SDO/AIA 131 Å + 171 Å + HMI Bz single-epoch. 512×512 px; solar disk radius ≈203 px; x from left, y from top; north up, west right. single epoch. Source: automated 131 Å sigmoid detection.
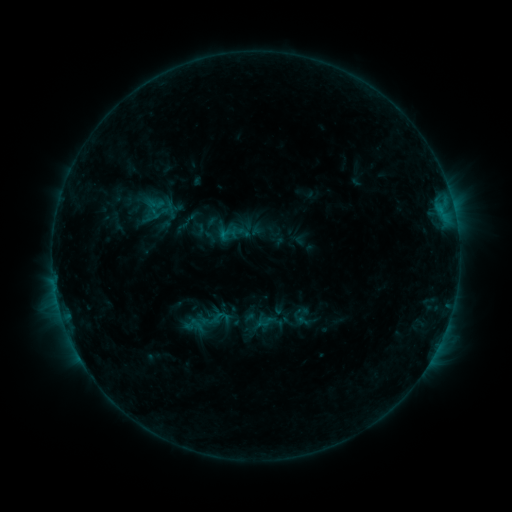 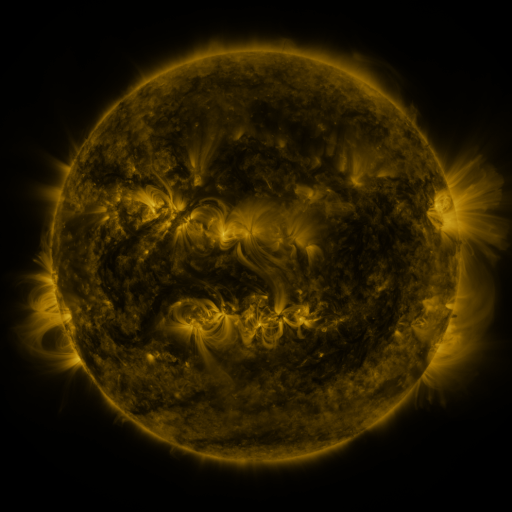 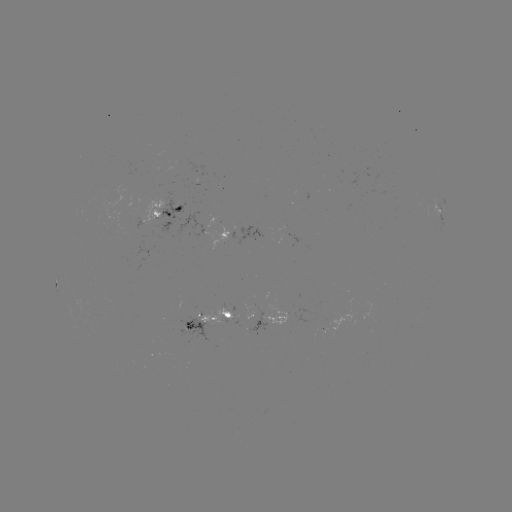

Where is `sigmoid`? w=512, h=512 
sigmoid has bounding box [151, 204, 169, 222].